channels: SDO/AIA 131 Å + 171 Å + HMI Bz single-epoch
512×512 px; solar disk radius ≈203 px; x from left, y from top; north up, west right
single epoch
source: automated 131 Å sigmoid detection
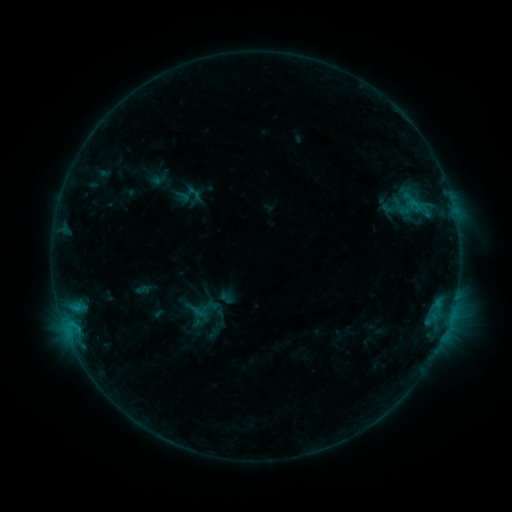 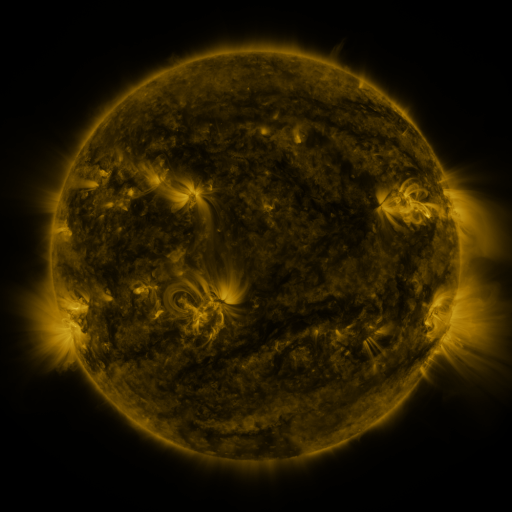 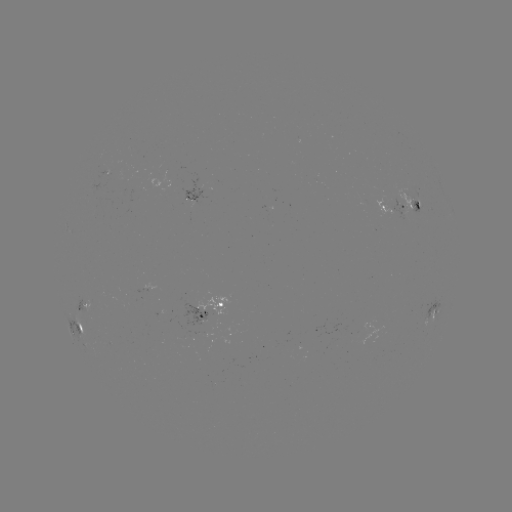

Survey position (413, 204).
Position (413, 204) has sigmoid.